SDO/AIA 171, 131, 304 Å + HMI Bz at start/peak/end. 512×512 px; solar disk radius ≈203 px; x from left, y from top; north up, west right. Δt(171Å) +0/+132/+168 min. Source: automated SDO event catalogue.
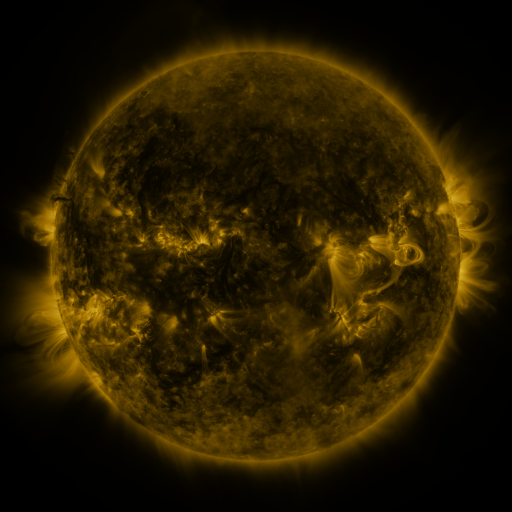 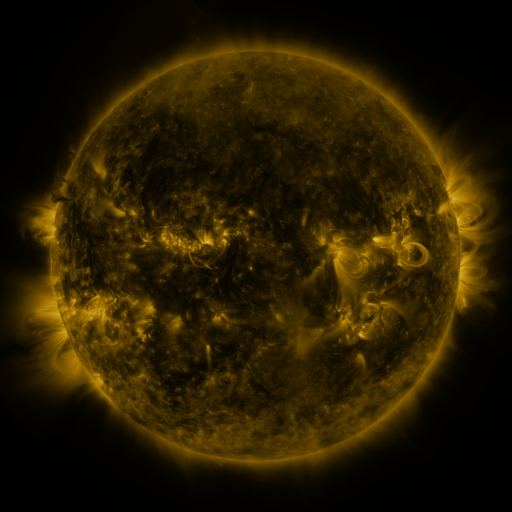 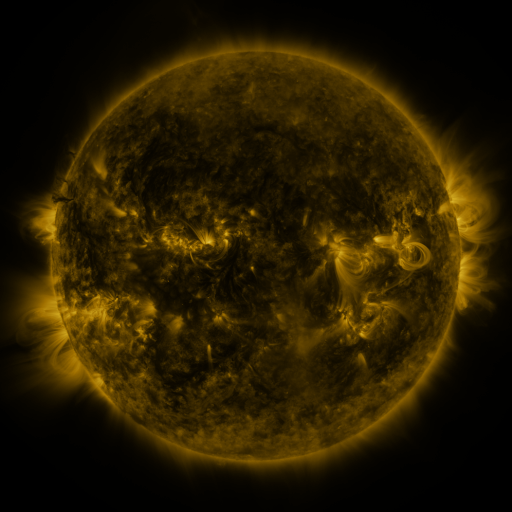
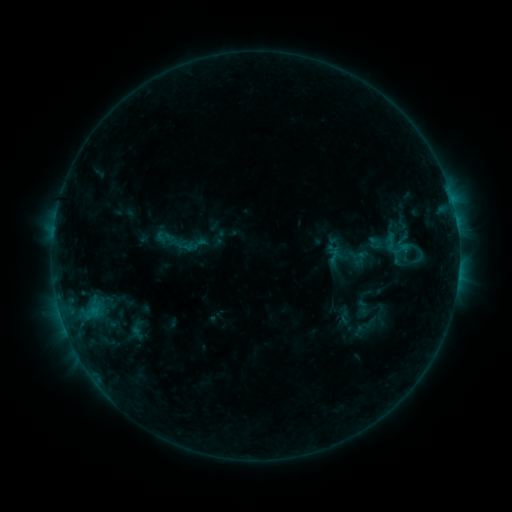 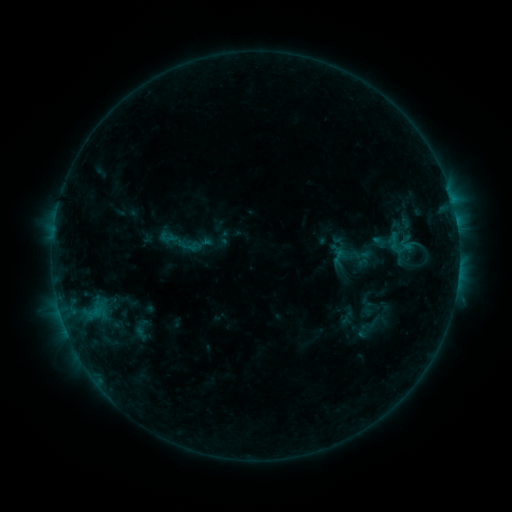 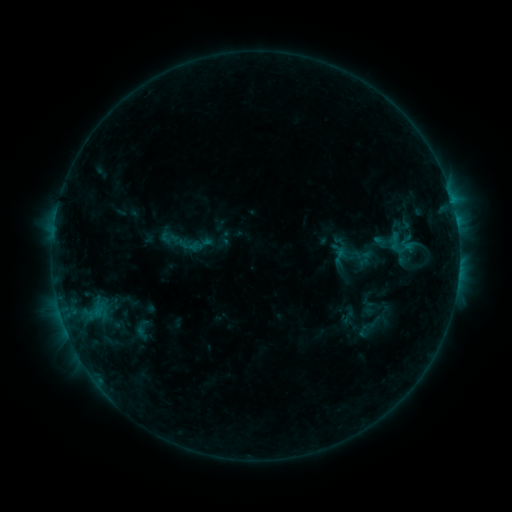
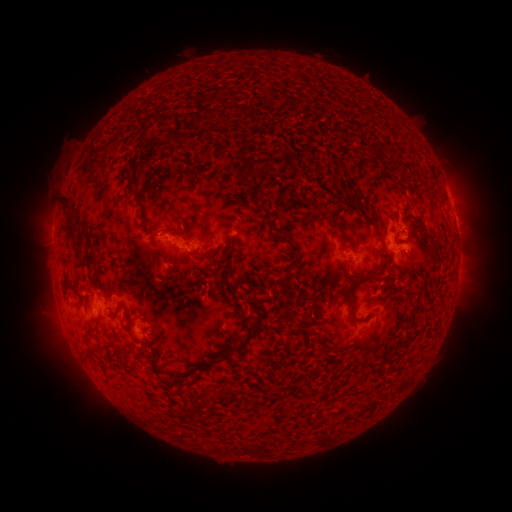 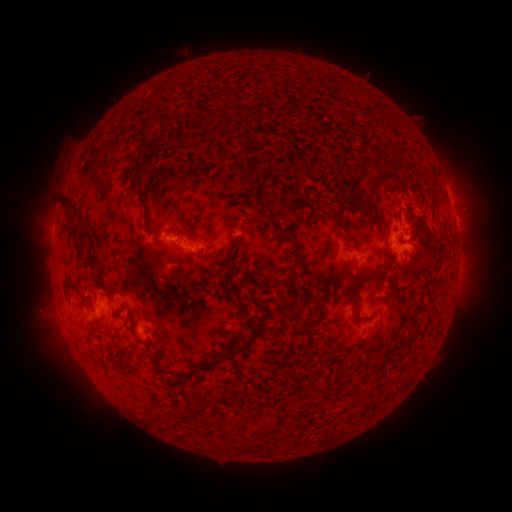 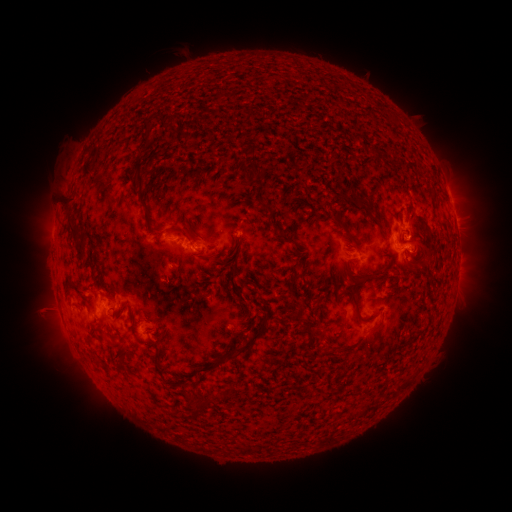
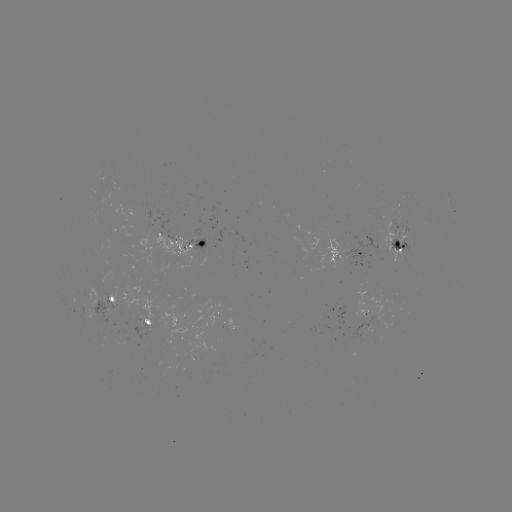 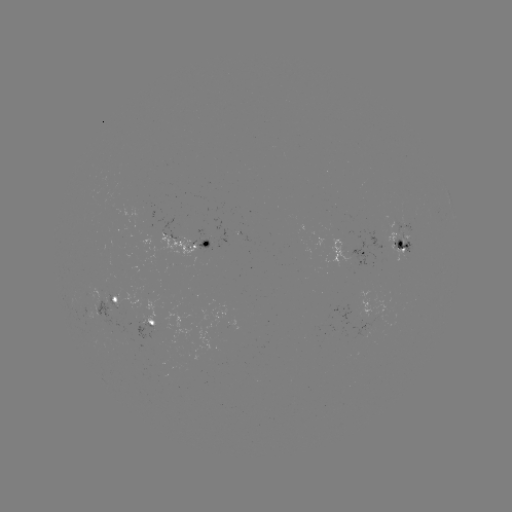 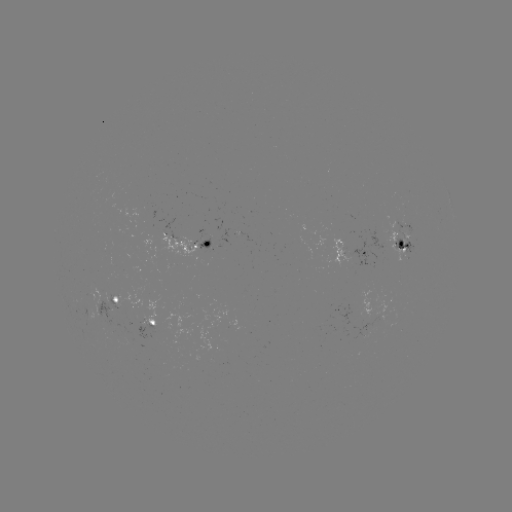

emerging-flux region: [349, 310, 378, 339]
